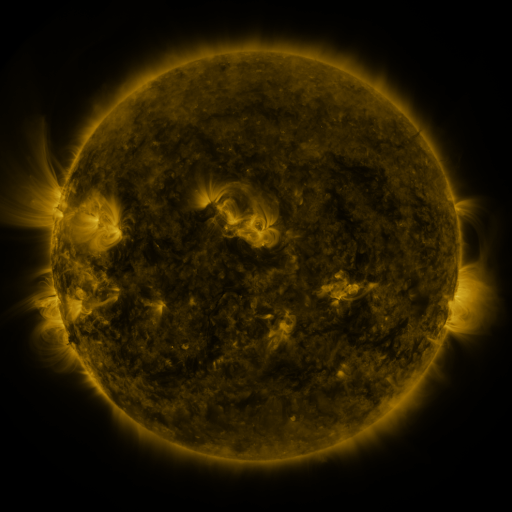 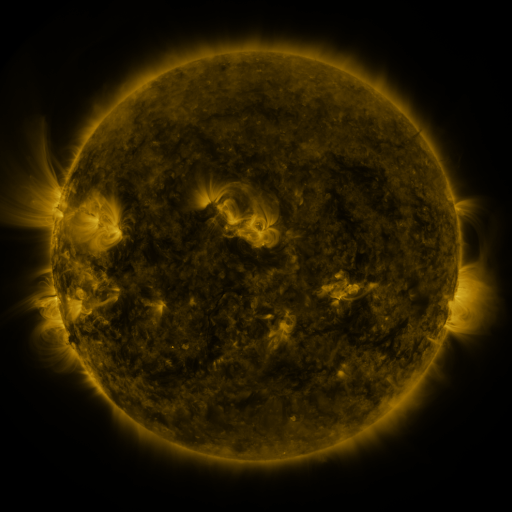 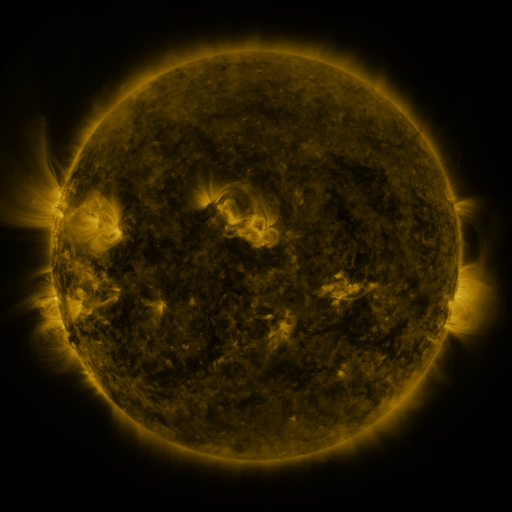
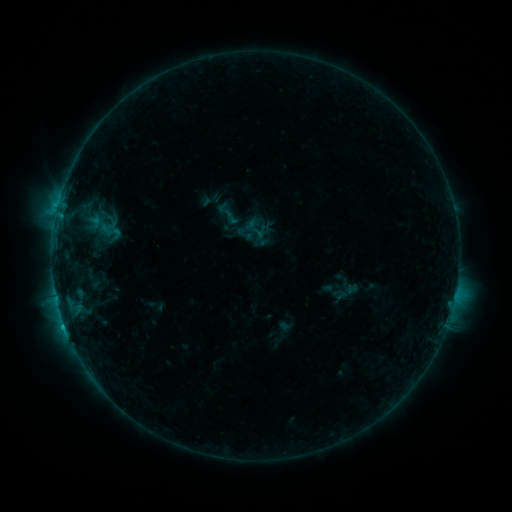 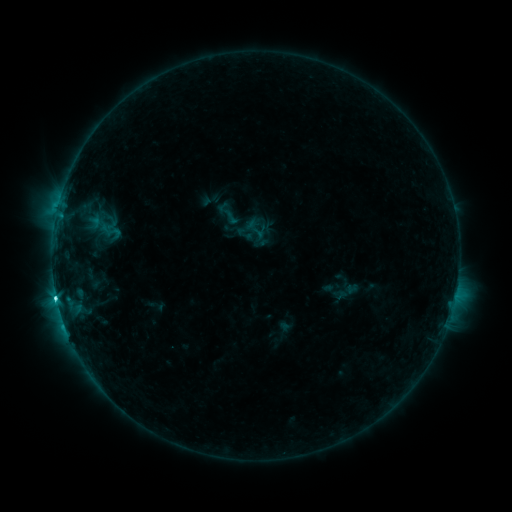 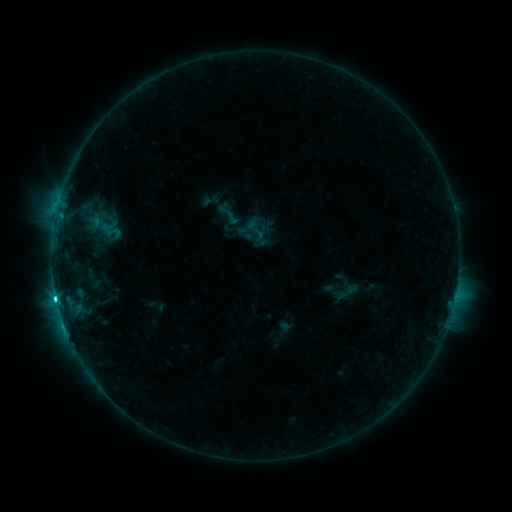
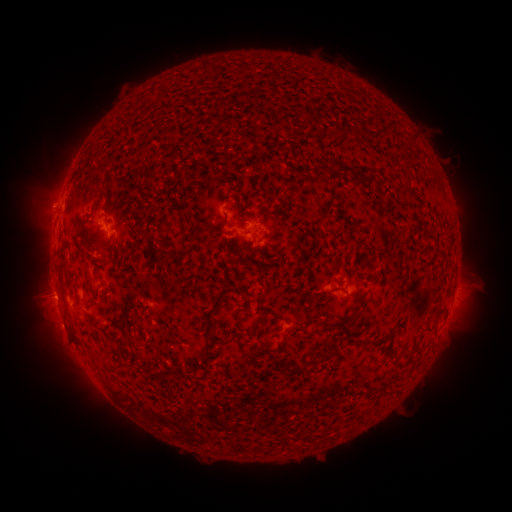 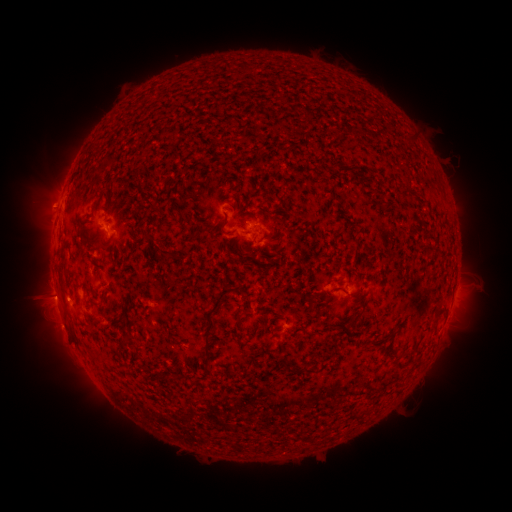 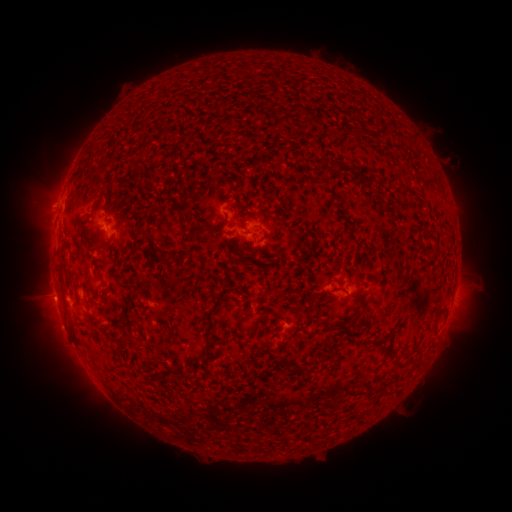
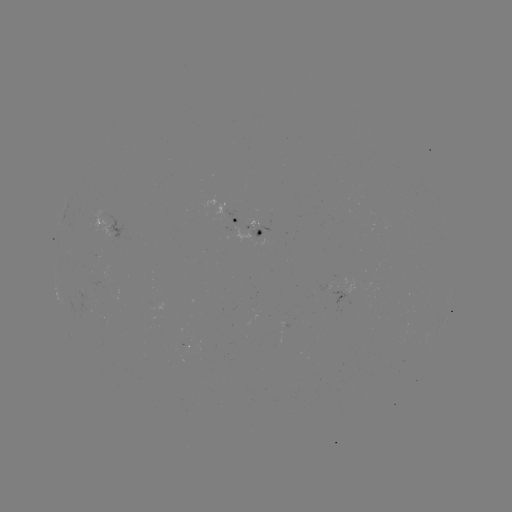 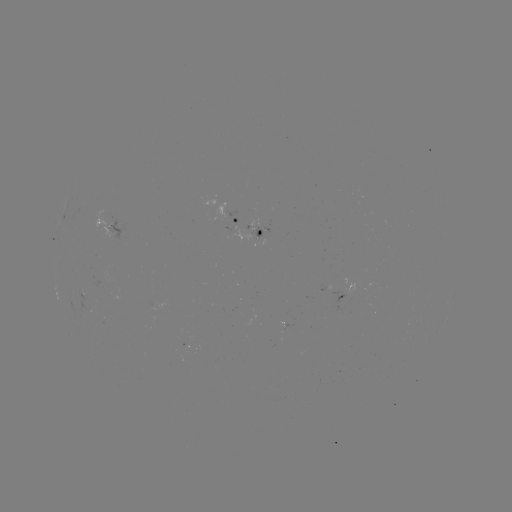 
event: flare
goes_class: C3.4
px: (57, 298)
